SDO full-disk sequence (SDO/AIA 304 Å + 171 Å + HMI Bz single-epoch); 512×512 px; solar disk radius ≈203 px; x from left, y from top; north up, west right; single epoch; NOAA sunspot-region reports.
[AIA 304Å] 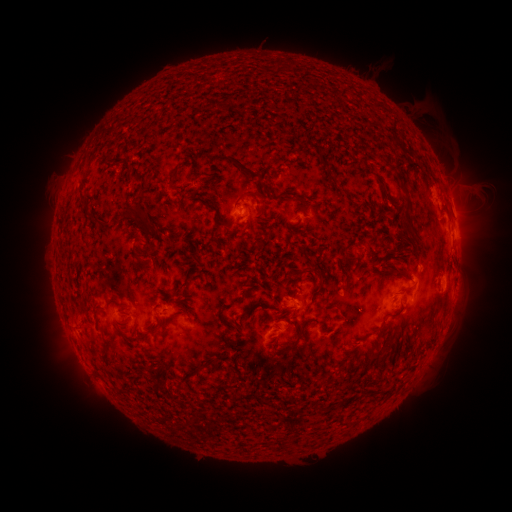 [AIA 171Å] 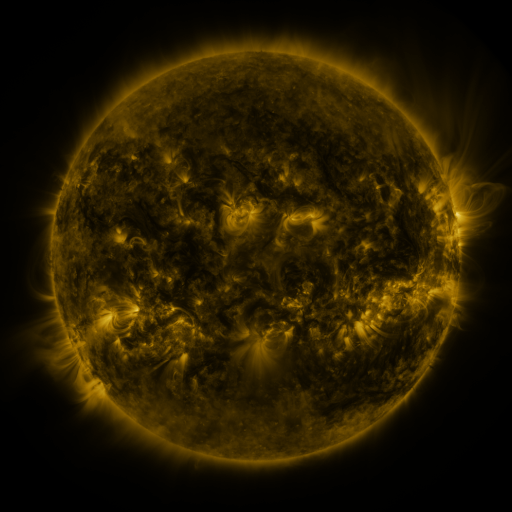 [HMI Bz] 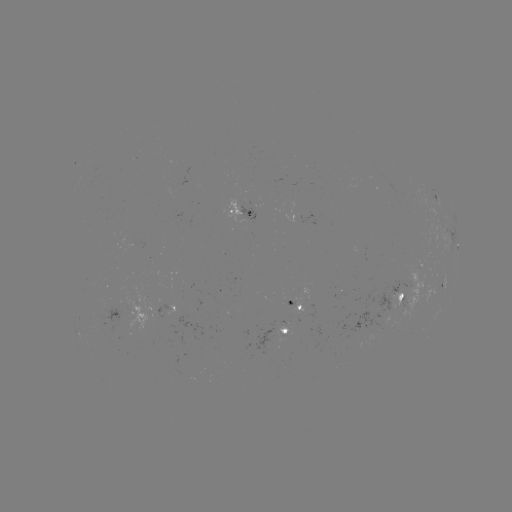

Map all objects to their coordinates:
spotted active region: (436, 196)
spotted active region: (242, 208)
spotted active region: (453, 210)
spotted active region: (454, 236)
spotted active region: (444, 281)
spotted active region: (401, 296)
spotted active region: (296, 300)
spotted active region: (170, 308)
spotted active region: (136, 312)
spotted active region: (288, 328)
